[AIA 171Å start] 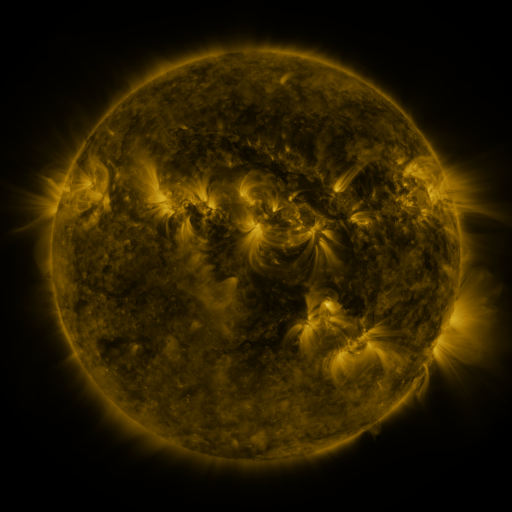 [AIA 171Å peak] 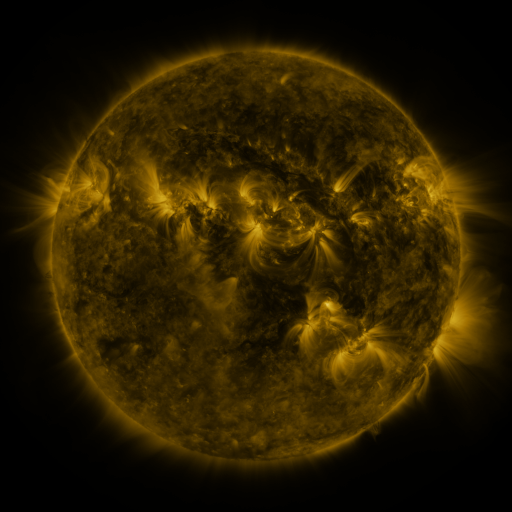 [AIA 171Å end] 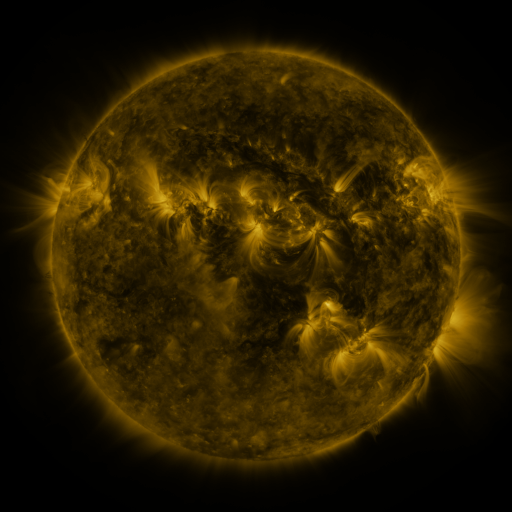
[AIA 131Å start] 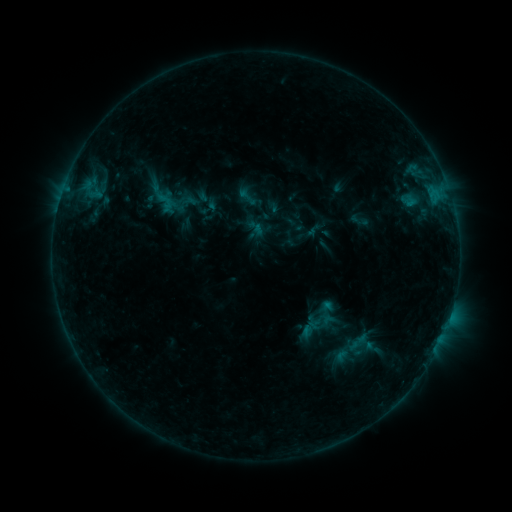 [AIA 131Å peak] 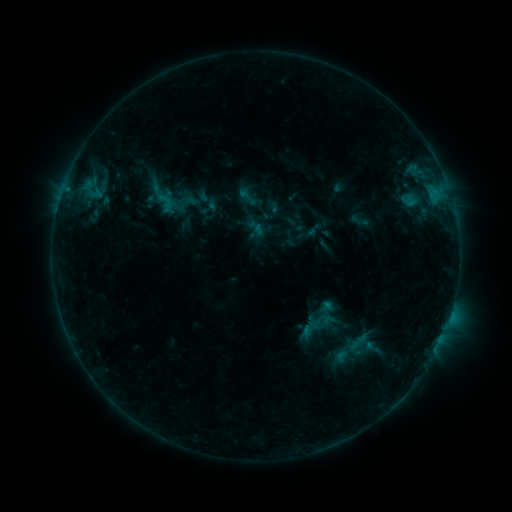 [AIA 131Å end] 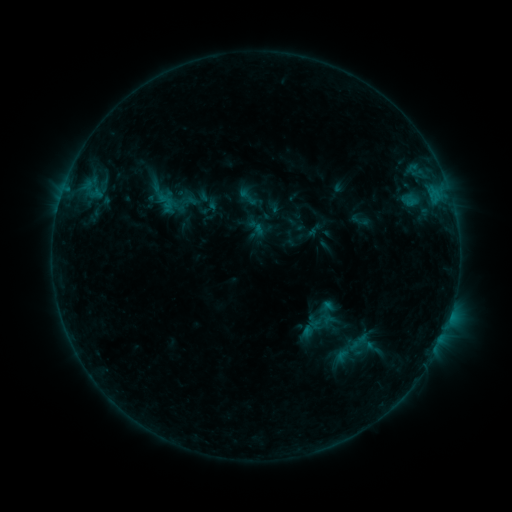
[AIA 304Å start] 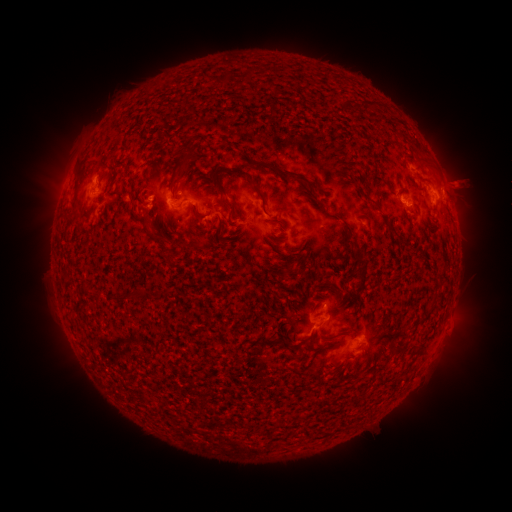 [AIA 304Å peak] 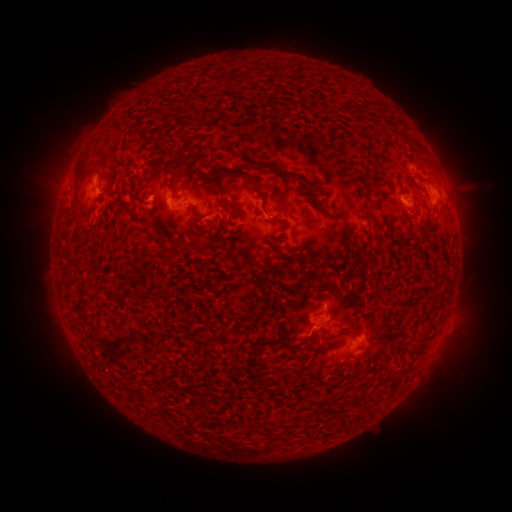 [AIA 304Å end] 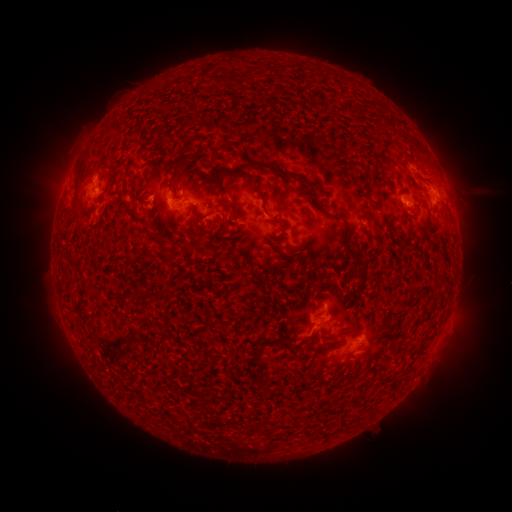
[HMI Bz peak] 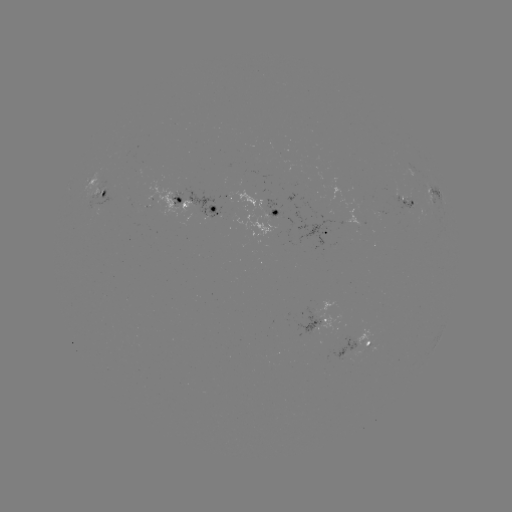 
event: eruption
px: (453, 171)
